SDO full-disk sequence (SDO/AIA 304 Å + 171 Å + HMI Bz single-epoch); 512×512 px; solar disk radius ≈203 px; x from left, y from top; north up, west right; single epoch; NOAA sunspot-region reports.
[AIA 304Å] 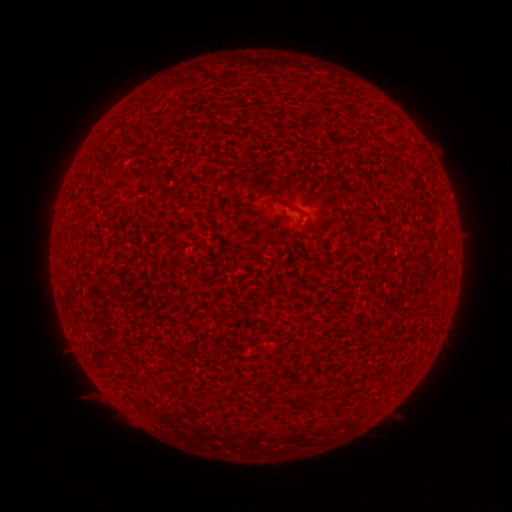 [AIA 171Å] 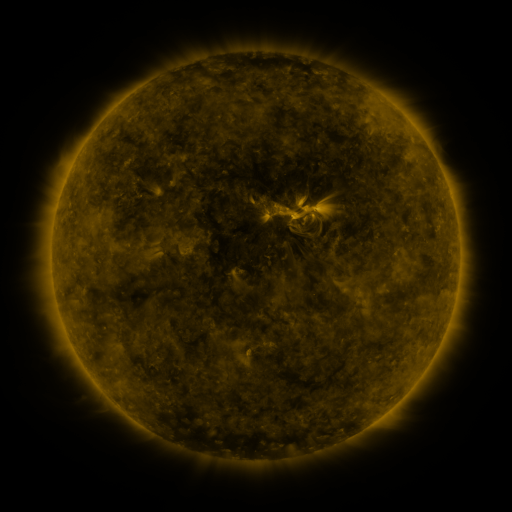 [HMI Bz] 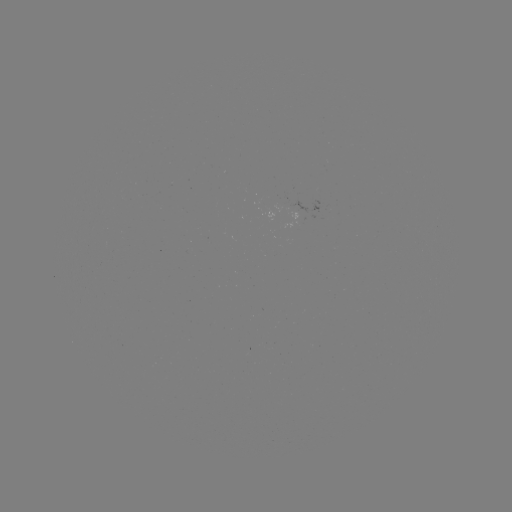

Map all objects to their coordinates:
(none)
